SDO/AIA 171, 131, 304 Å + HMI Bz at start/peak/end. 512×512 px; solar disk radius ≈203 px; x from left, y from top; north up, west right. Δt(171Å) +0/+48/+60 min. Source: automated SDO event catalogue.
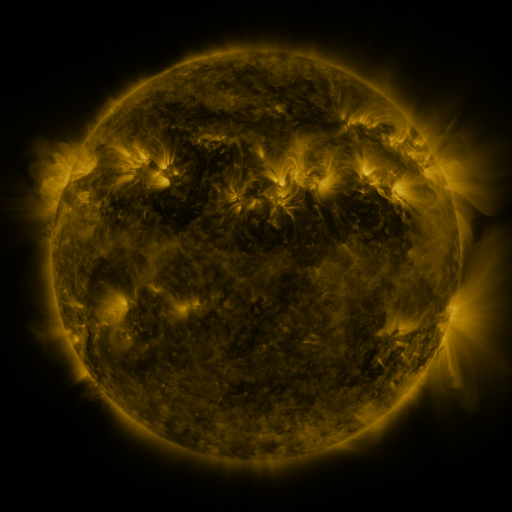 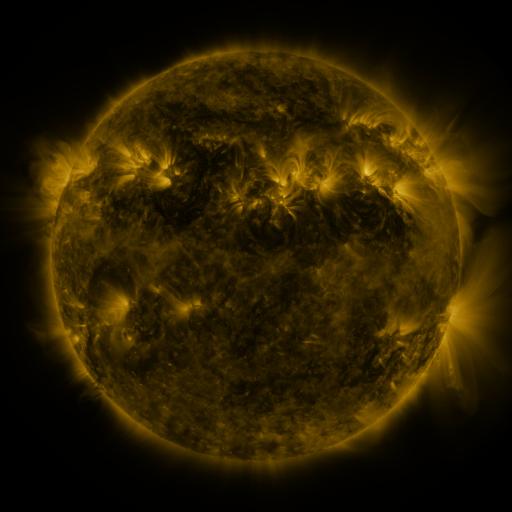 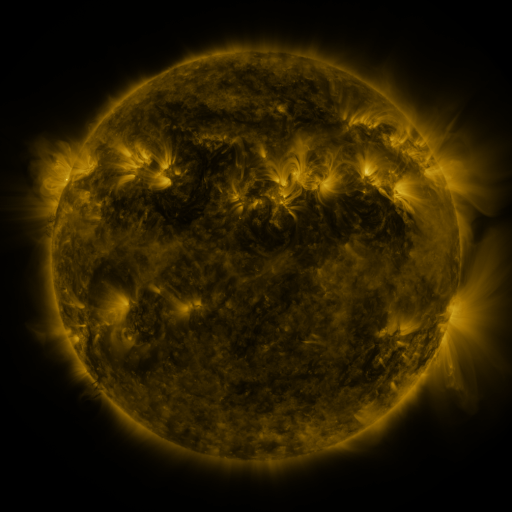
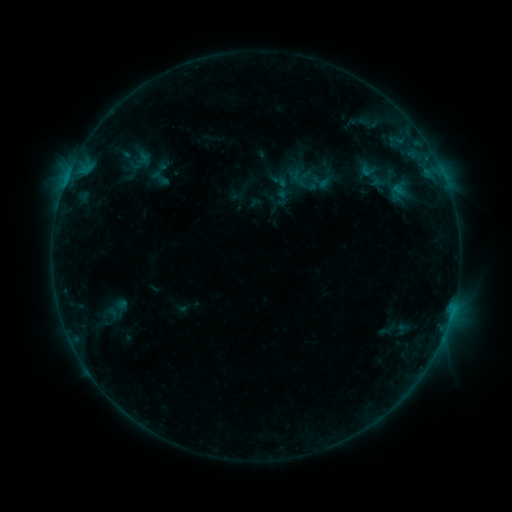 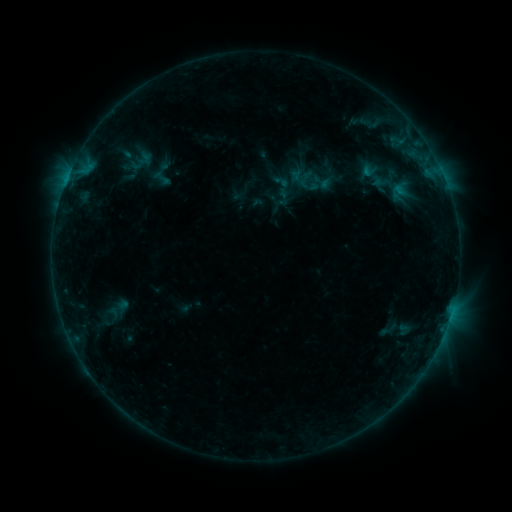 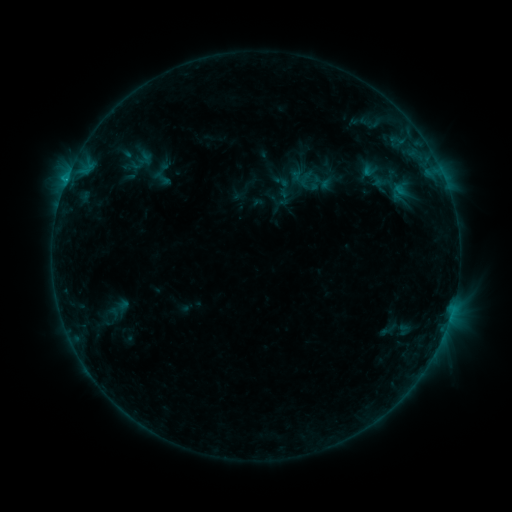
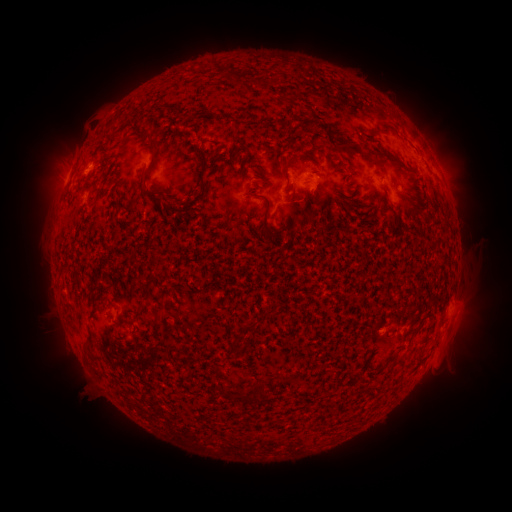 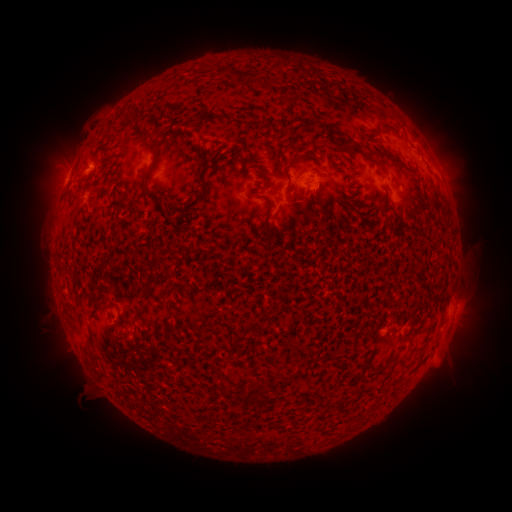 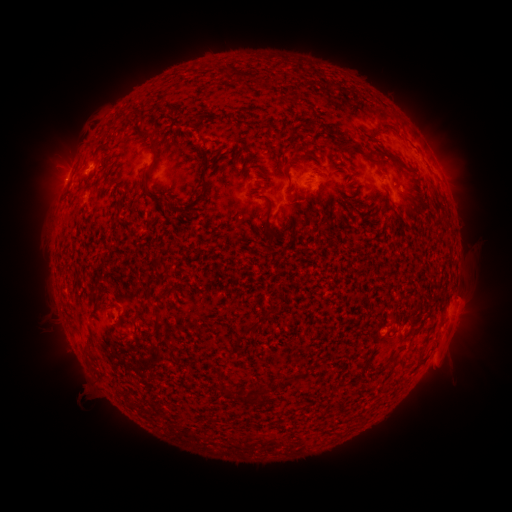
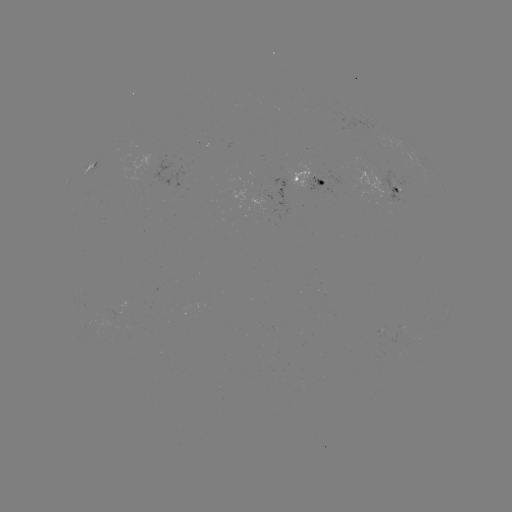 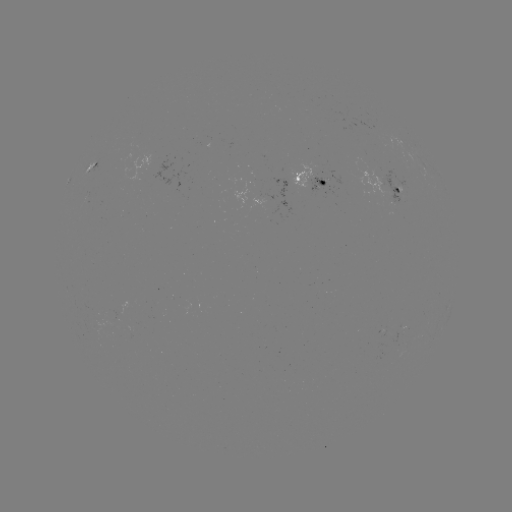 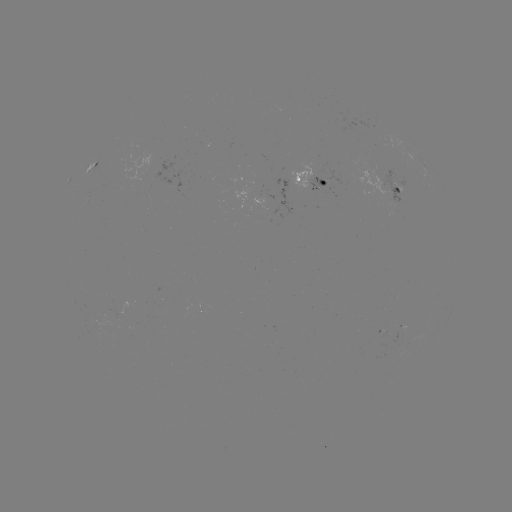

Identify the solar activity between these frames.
emerging-flux region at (396, 187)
